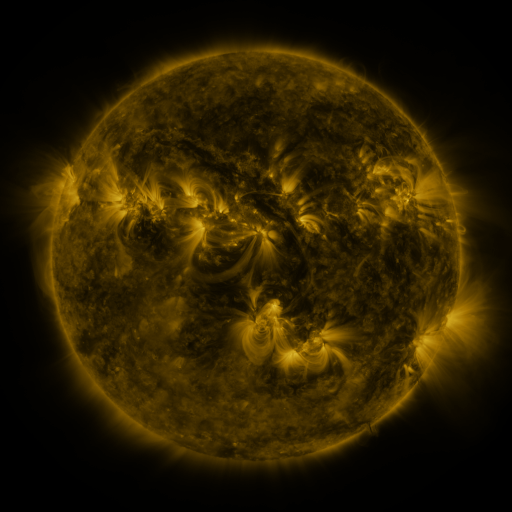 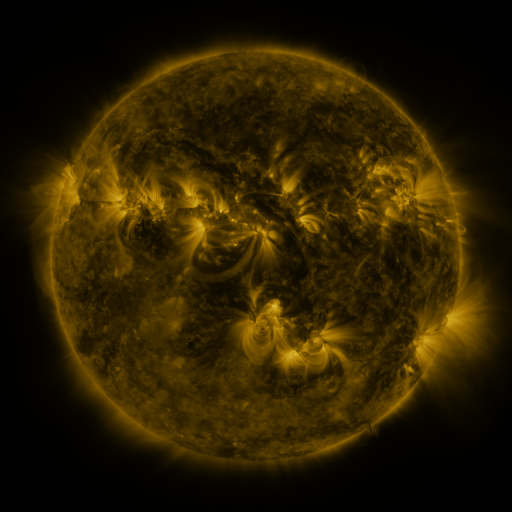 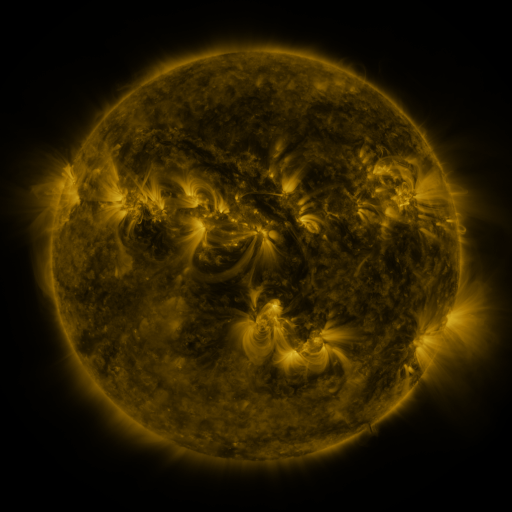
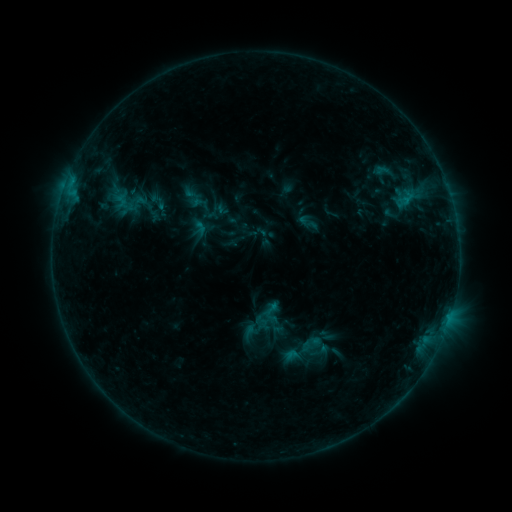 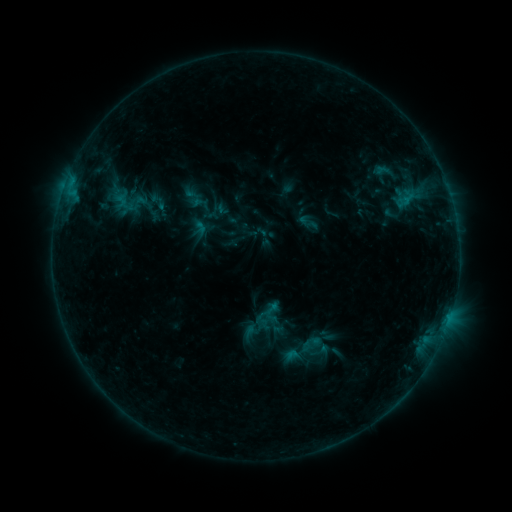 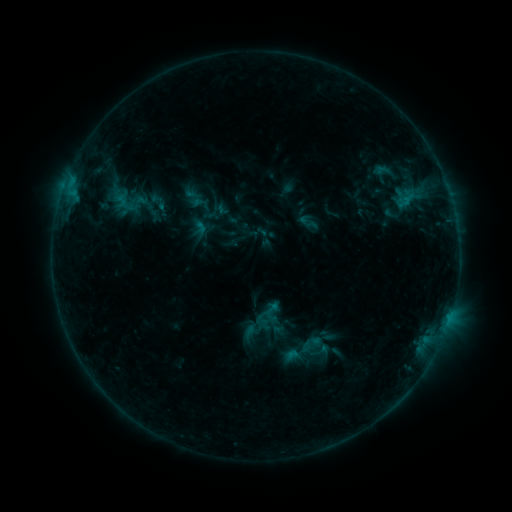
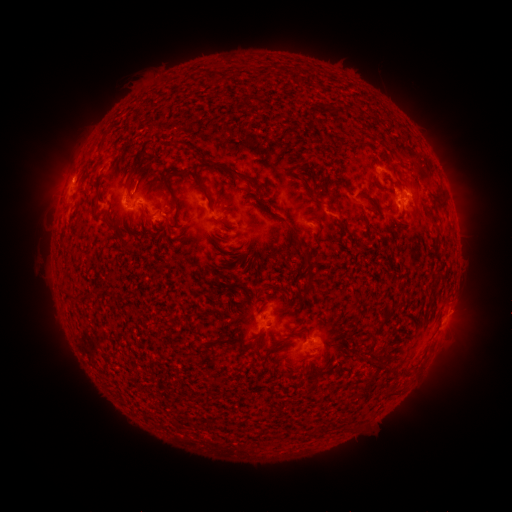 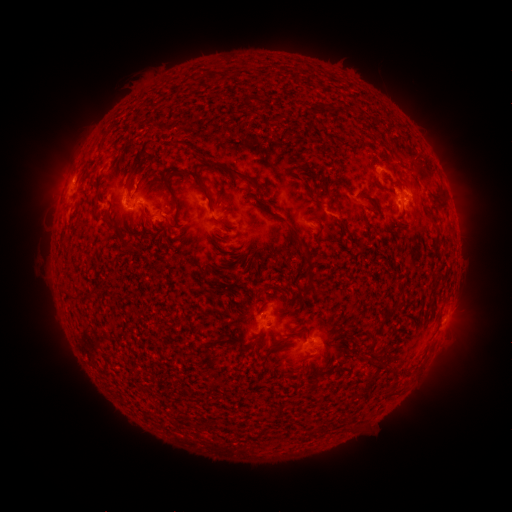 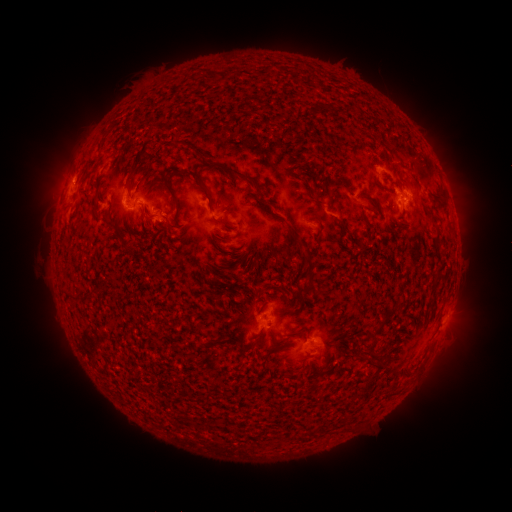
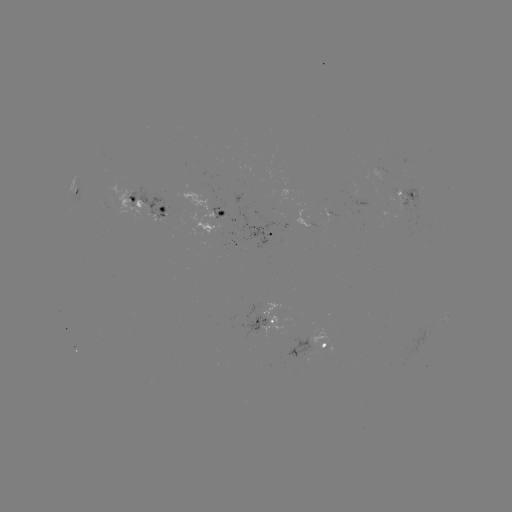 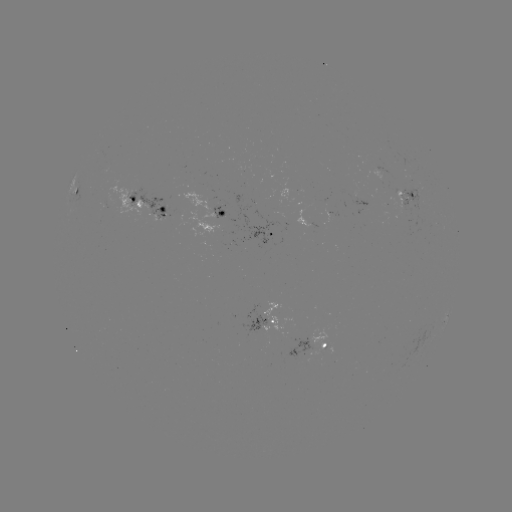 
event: eruption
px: (140, 175)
